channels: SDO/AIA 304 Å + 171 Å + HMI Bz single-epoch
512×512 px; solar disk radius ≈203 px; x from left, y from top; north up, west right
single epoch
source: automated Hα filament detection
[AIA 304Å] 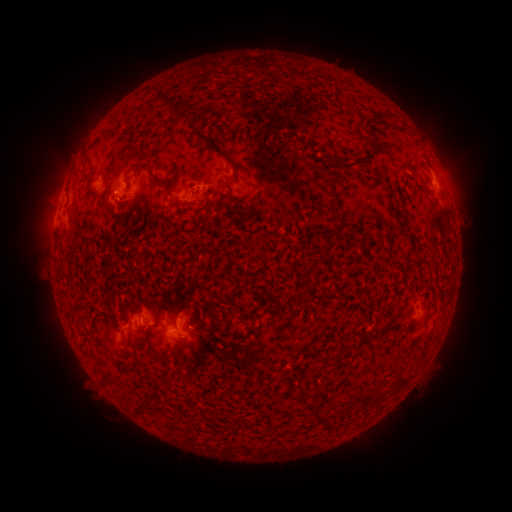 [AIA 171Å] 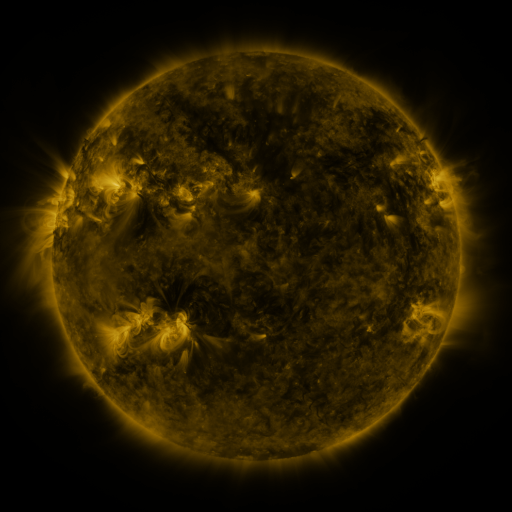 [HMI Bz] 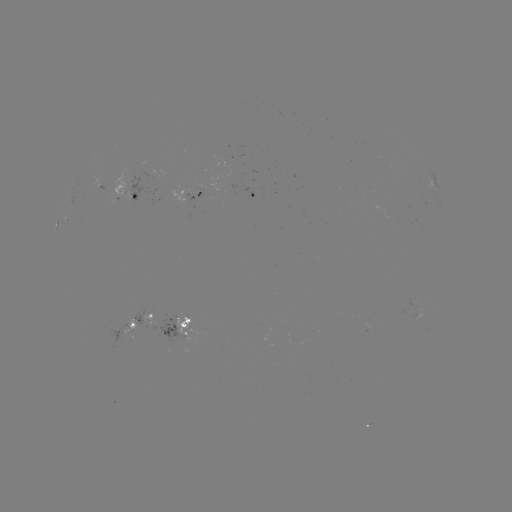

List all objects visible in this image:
filament: (168, 101)
filament: (193, 126)
filament: (354, 165)
filament: (236, 170)
filament: (152, 172)
filament: (332, 187)
filament: (153, 213)
filament: (311, 267)
filament: (155, 321)
filament: (141, 342)
filament: (343, 348)
filament: (401, 381)
filament: (310, 403)
filament: (366, 404)
